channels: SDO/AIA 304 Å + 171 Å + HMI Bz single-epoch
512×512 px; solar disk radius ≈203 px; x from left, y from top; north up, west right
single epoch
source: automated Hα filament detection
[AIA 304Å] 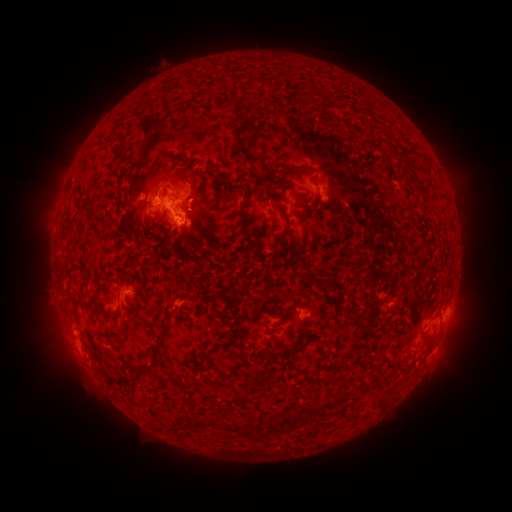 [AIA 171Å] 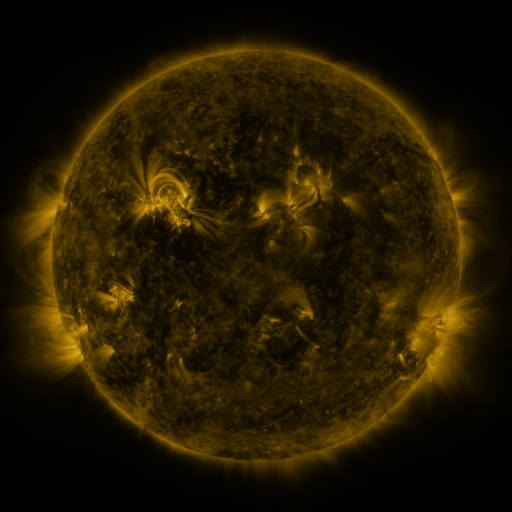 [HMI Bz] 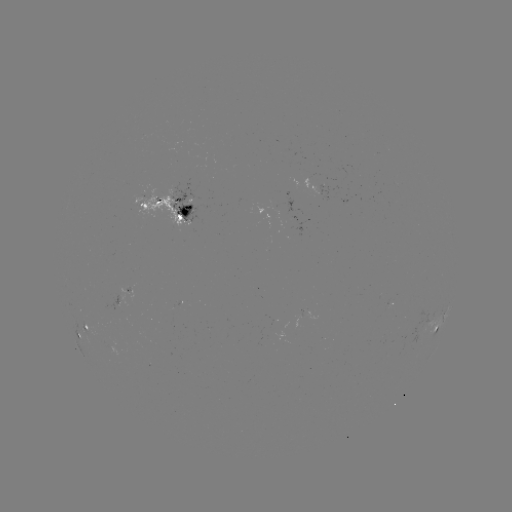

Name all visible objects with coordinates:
filament: (252, 82)
filament: (233, 105)
filament: (238, 136)
filament: (247, 156)
filament: (178, 174)
filament: (226, 189)
filament: (231, 195)
filament: (244, 203)
filament: (282, 213)
filament: (124, 227)
filament: (208, 229)
filament: (95, 300)
filament: (76, 311)
filament: (348, 311)
filament: (219, 347)
filament: (156, 355)
filament: (274, 359)
filament: (236, 370)
filament: (310, 410)
filament: (290, 416)
filament: (209, 422)
